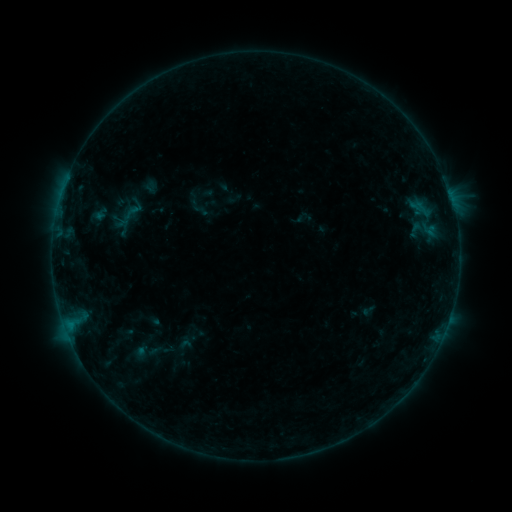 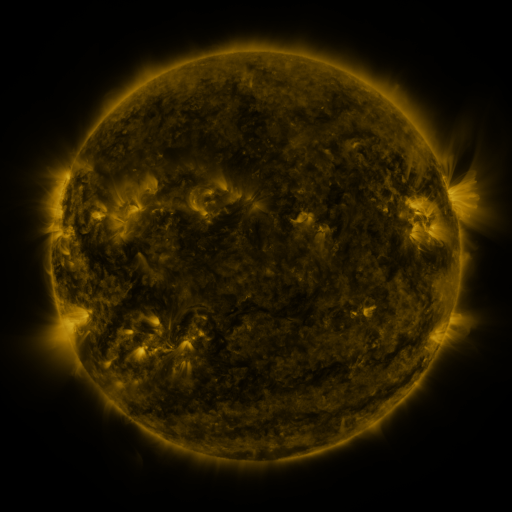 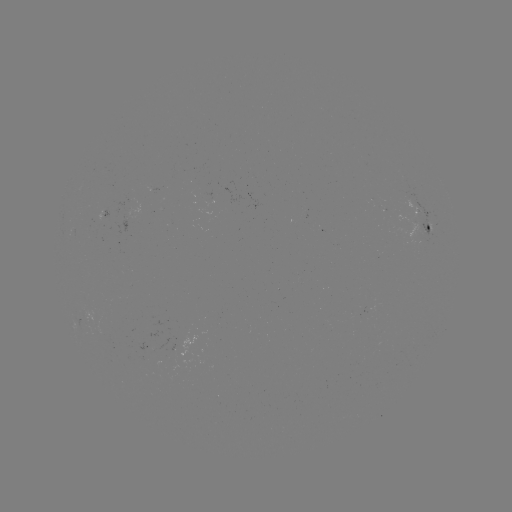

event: sigmoid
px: (185, 345)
